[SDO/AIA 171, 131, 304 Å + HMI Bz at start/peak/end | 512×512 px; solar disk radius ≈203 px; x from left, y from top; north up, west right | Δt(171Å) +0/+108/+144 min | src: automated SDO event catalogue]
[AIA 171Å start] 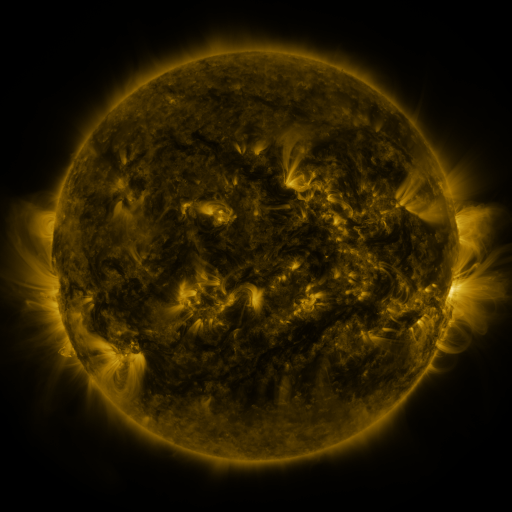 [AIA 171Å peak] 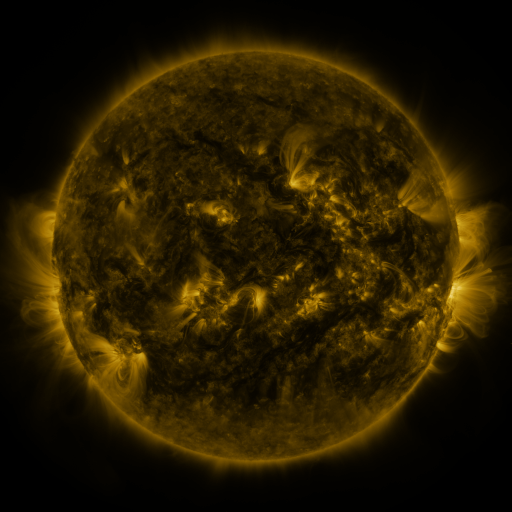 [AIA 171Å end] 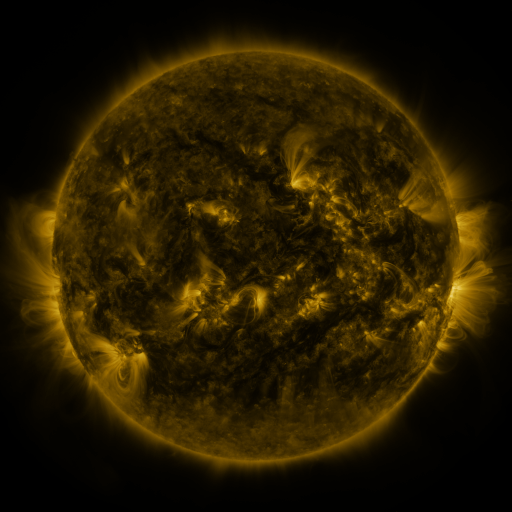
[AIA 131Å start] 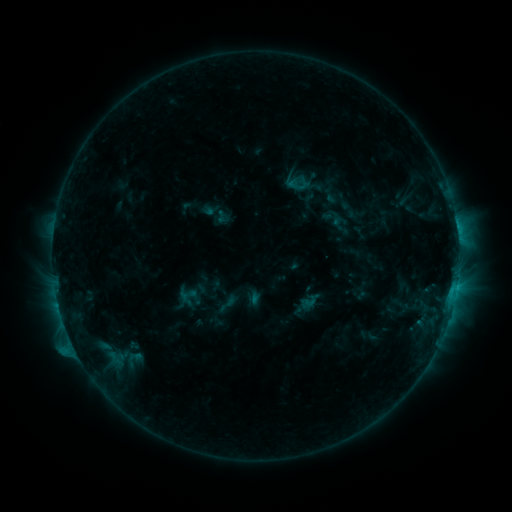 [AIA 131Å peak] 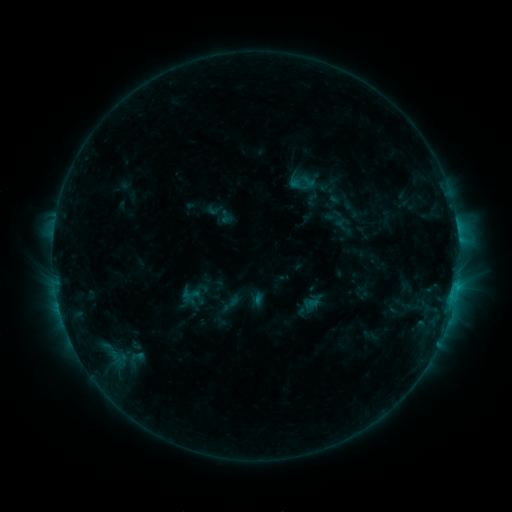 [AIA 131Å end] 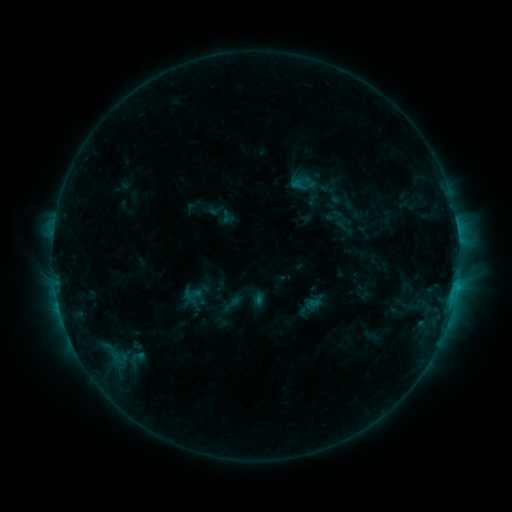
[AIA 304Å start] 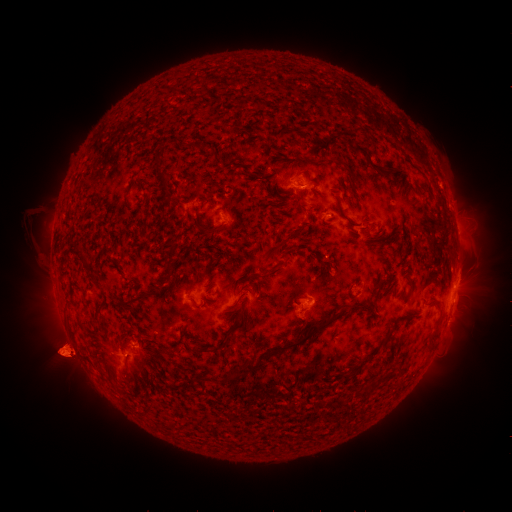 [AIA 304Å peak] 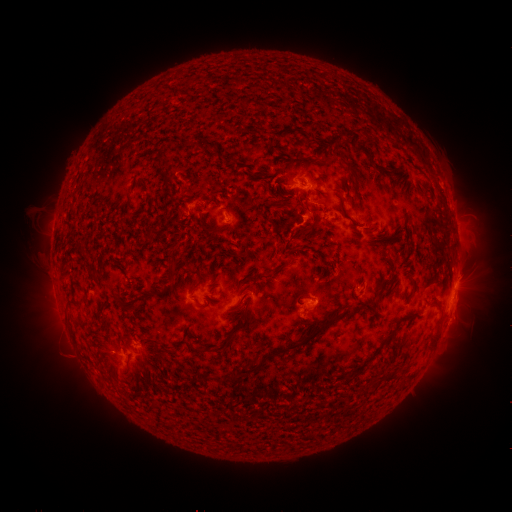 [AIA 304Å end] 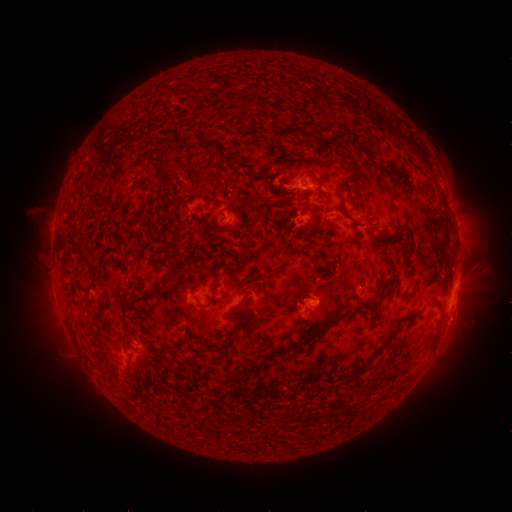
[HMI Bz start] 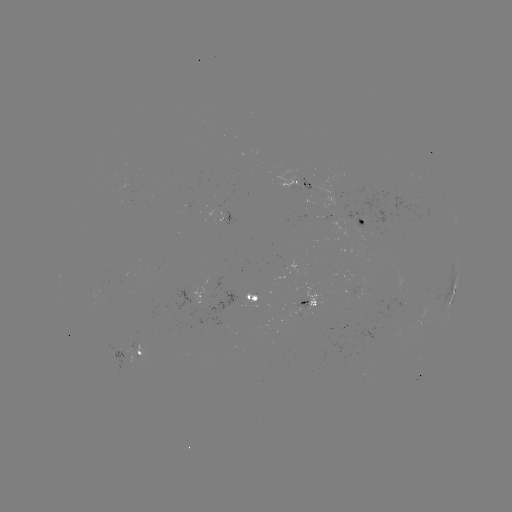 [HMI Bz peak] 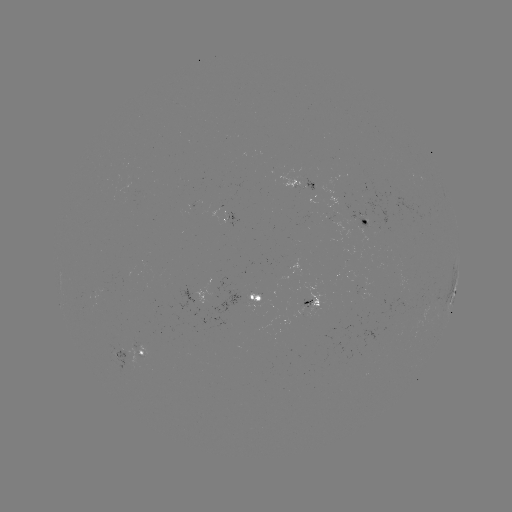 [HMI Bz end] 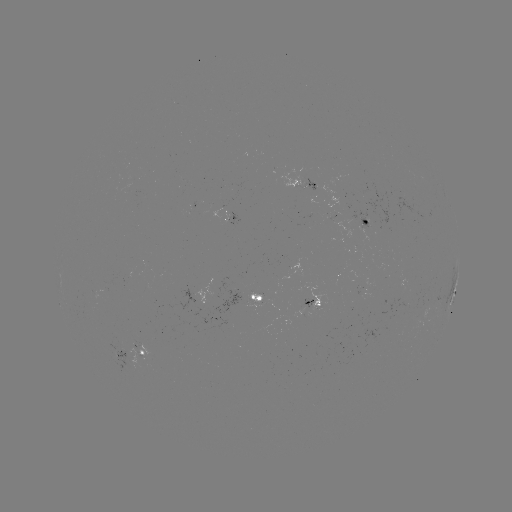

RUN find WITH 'emerging-flux region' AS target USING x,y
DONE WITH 364,286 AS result